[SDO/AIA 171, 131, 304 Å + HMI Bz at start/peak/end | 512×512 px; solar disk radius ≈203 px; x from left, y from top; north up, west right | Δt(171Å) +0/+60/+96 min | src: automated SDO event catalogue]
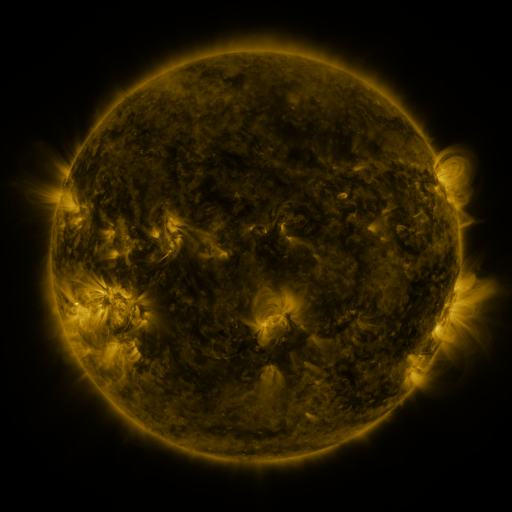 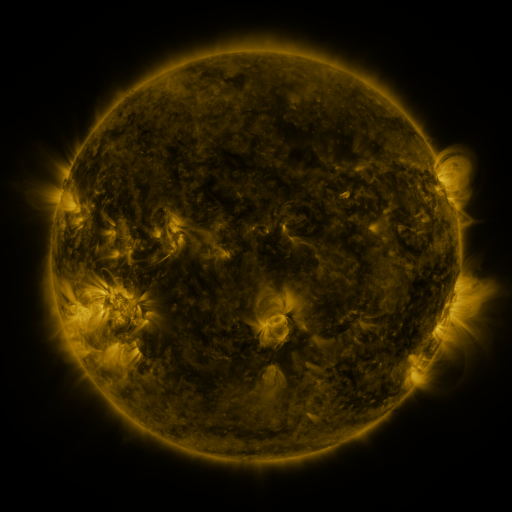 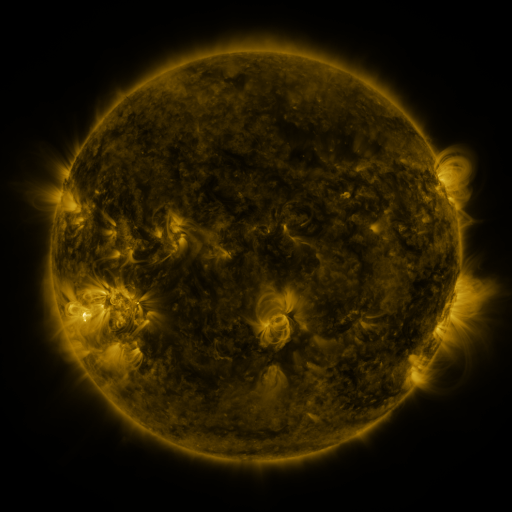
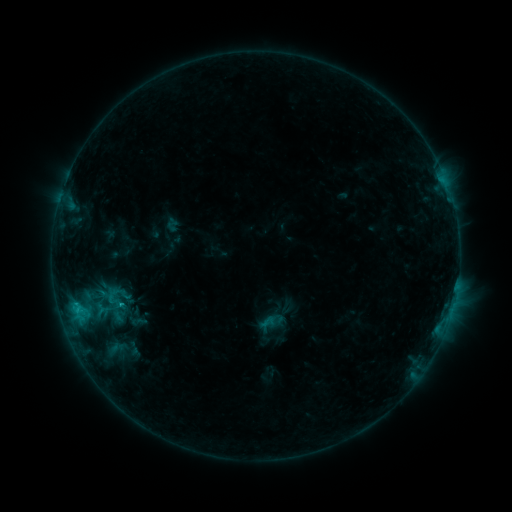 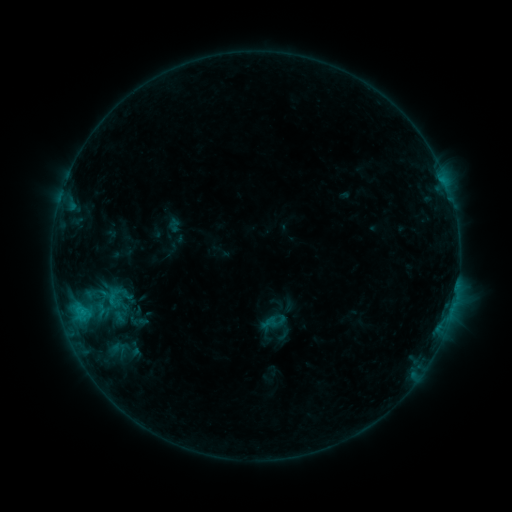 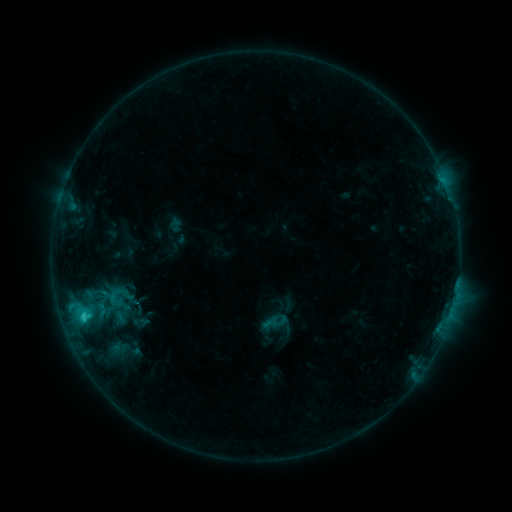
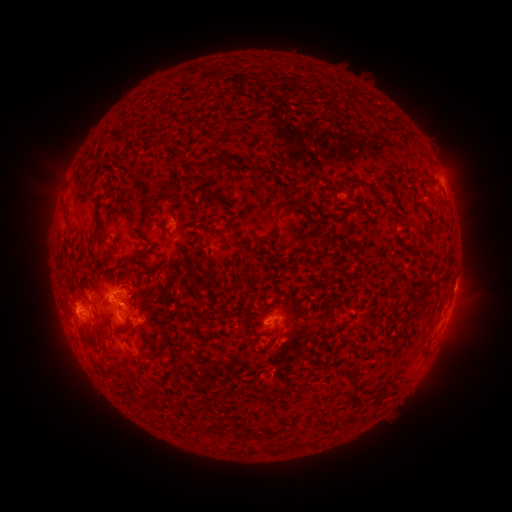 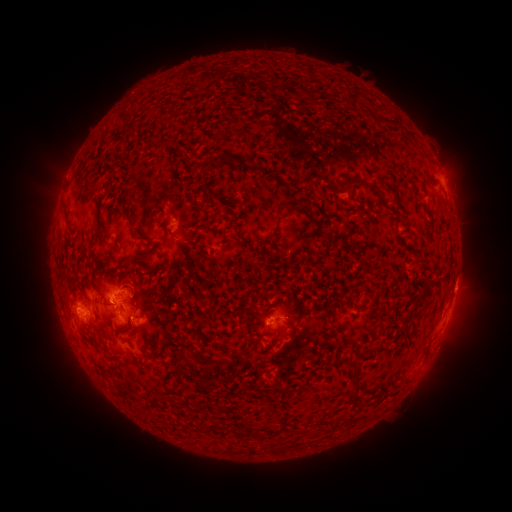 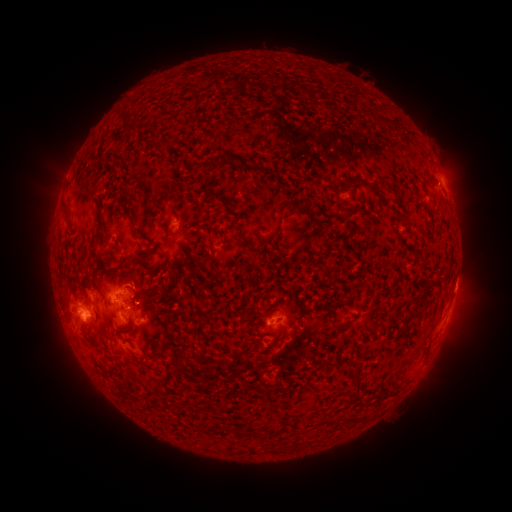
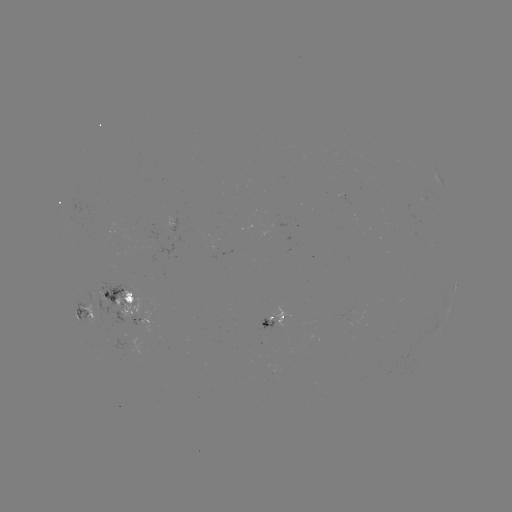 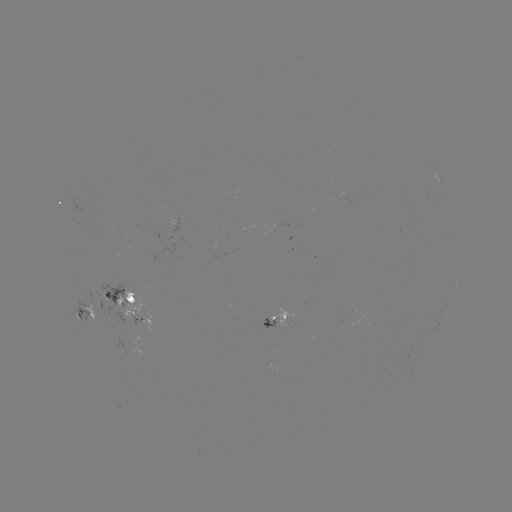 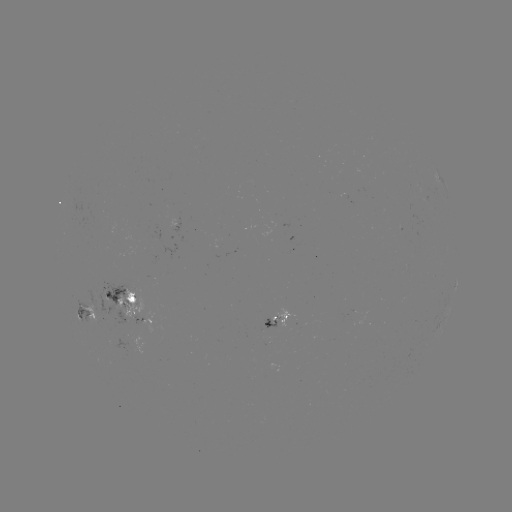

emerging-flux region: (80, 288, 99, 321)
